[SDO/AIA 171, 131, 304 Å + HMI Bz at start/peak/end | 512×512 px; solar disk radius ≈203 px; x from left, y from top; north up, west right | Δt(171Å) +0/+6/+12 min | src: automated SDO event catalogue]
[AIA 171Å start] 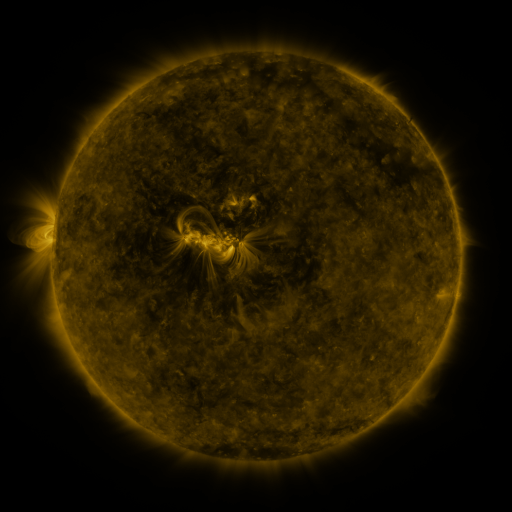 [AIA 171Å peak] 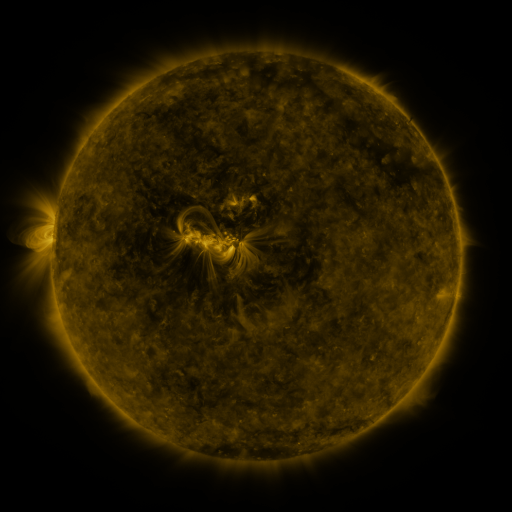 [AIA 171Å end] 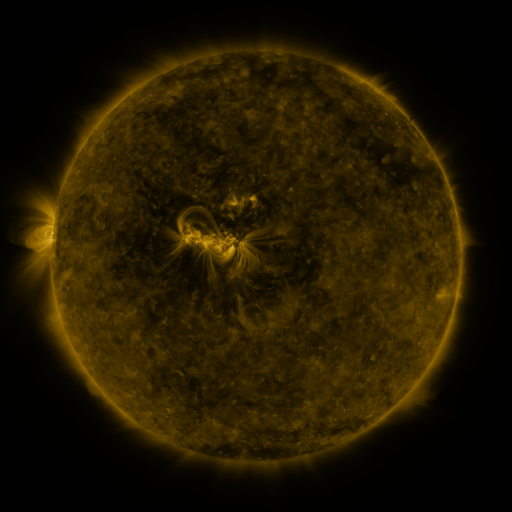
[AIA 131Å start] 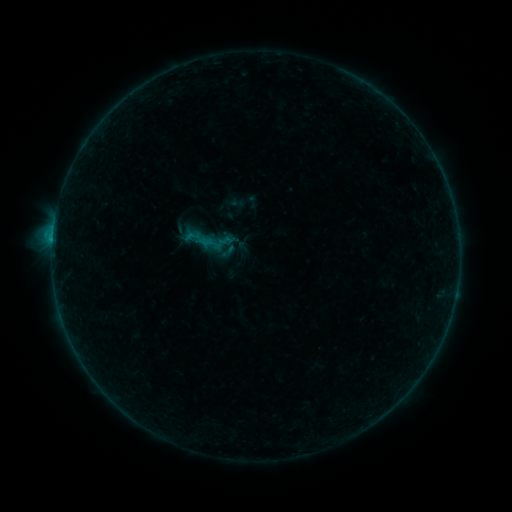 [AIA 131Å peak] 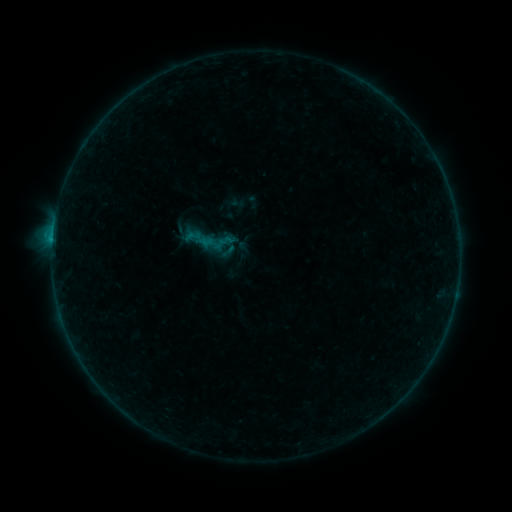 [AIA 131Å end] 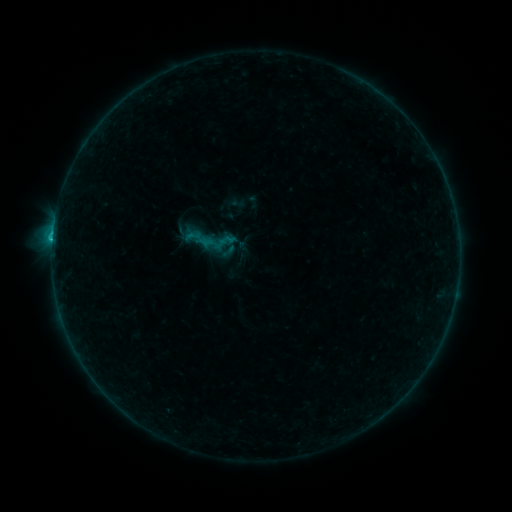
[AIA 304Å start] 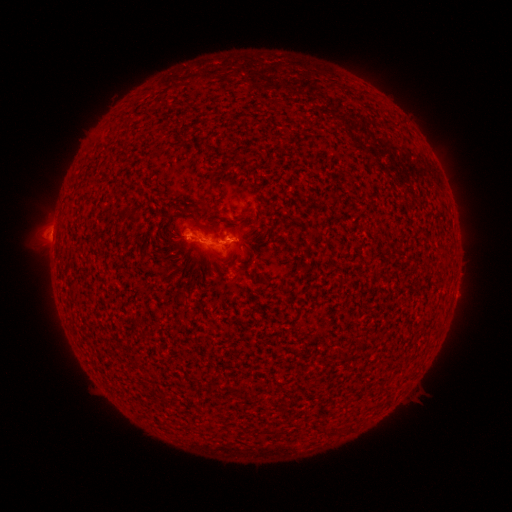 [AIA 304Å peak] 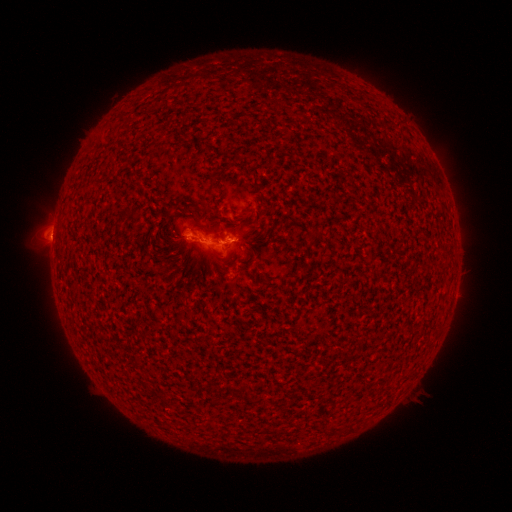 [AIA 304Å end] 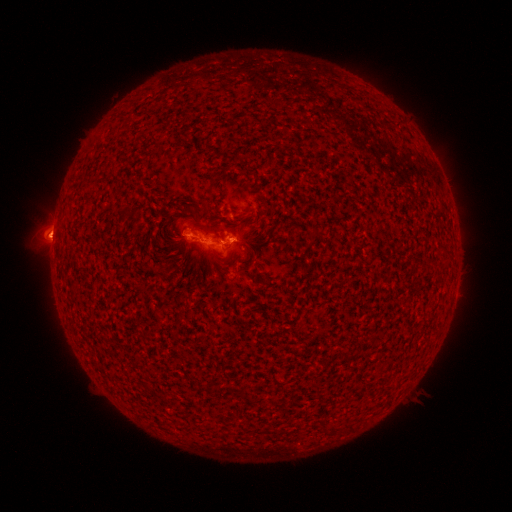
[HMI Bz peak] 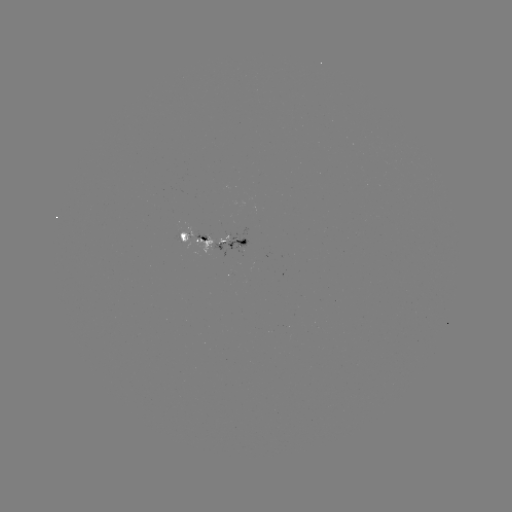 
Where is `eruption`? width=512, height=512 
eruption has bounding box [24, 214, 74, 264].